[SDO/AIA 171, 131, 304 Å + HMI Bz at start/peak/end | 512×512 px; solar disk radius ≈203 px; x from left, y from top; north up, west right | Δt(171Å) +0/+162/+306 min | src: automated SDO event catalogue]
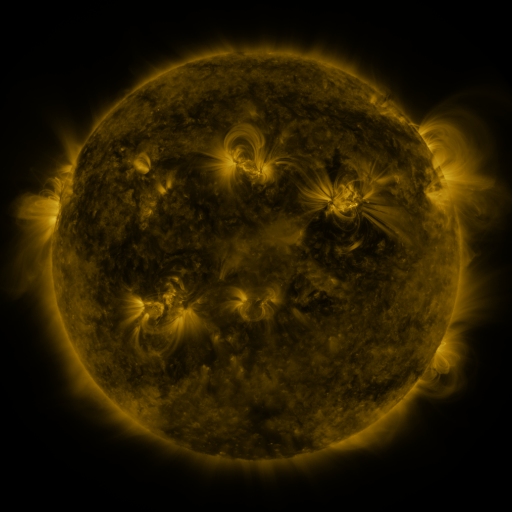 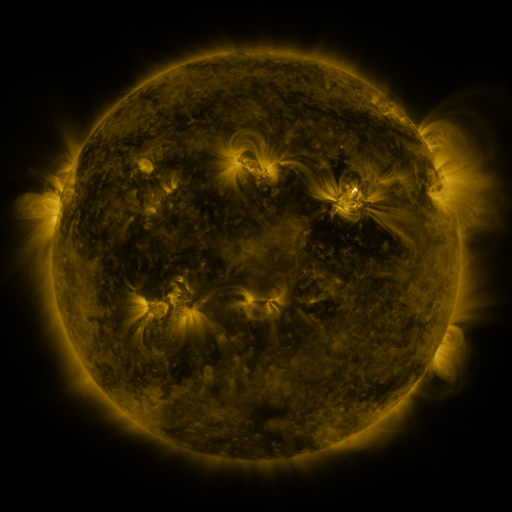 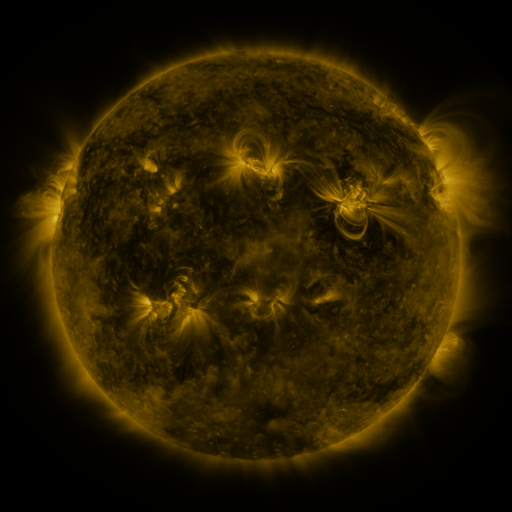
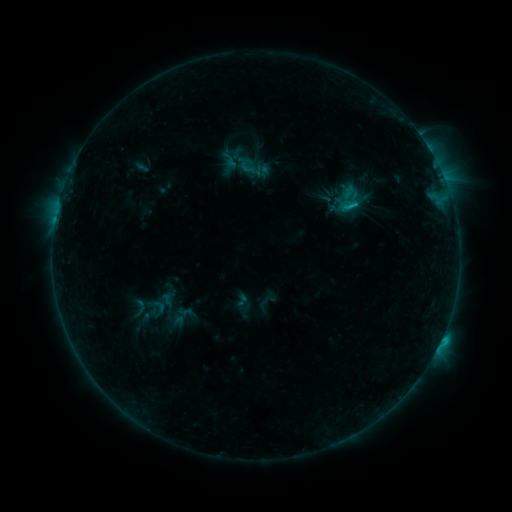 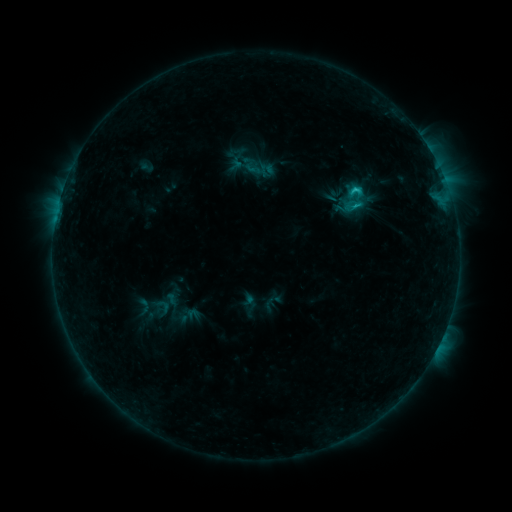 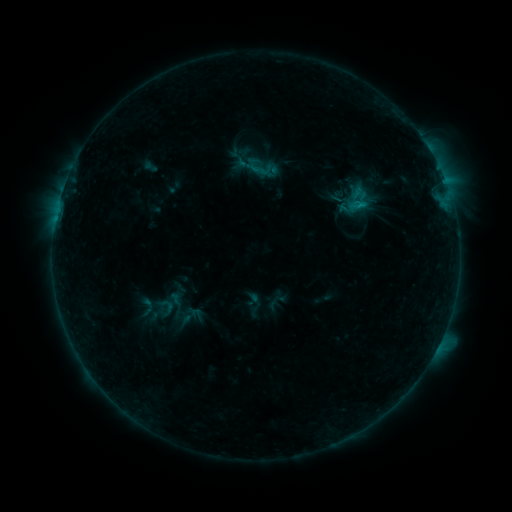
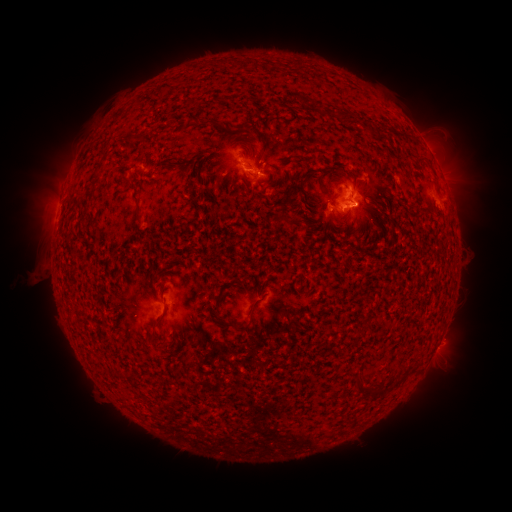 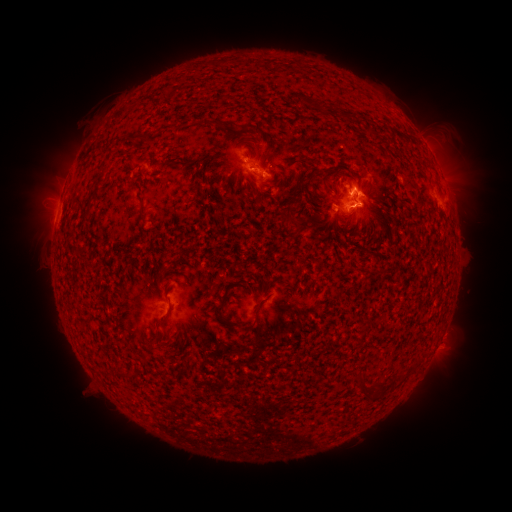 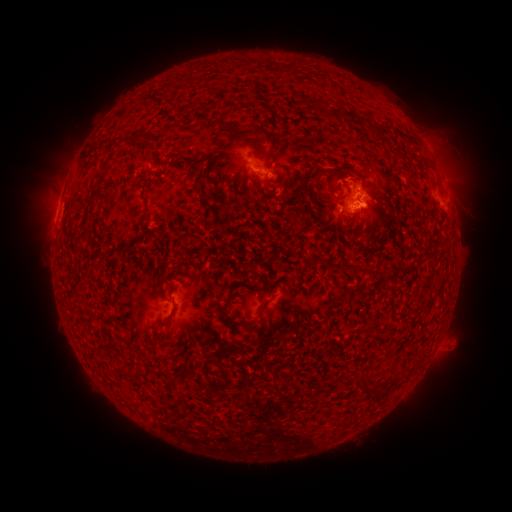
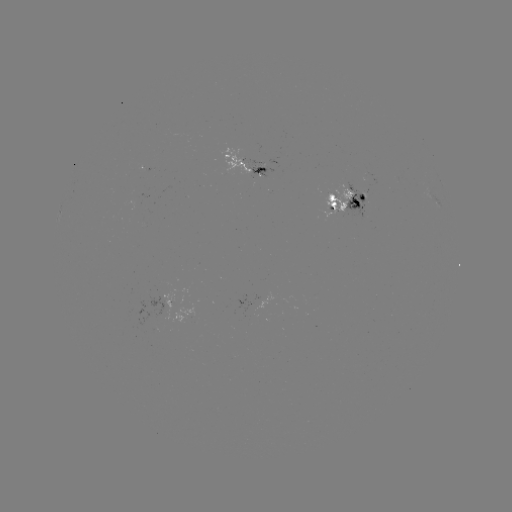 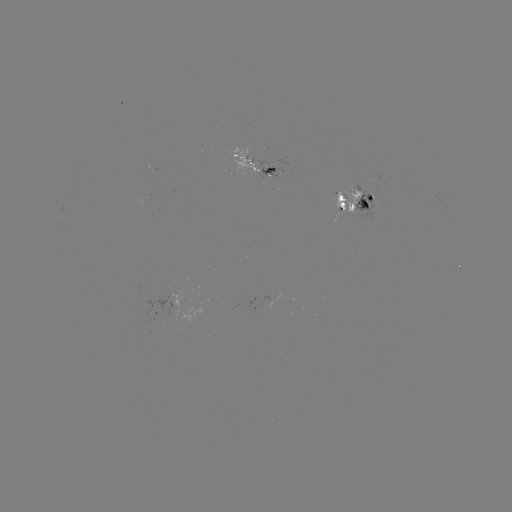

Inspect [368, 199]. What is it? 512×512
emerging-flux region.